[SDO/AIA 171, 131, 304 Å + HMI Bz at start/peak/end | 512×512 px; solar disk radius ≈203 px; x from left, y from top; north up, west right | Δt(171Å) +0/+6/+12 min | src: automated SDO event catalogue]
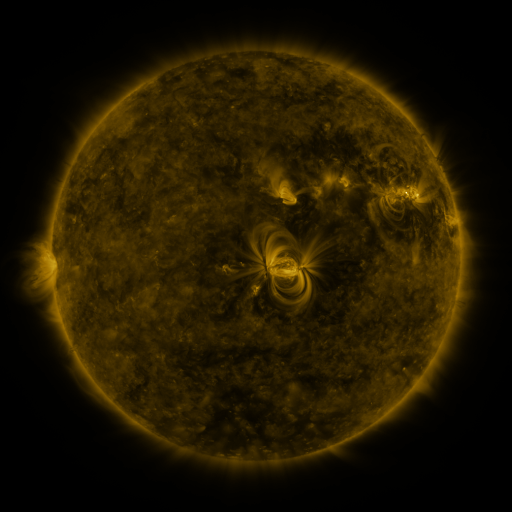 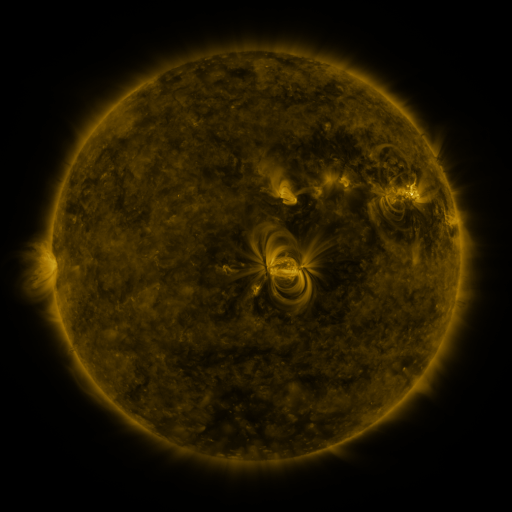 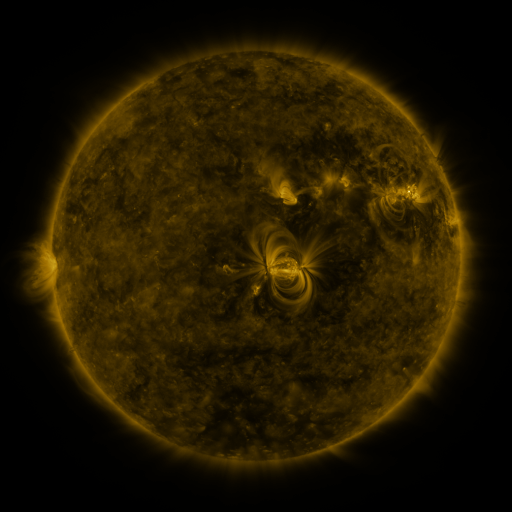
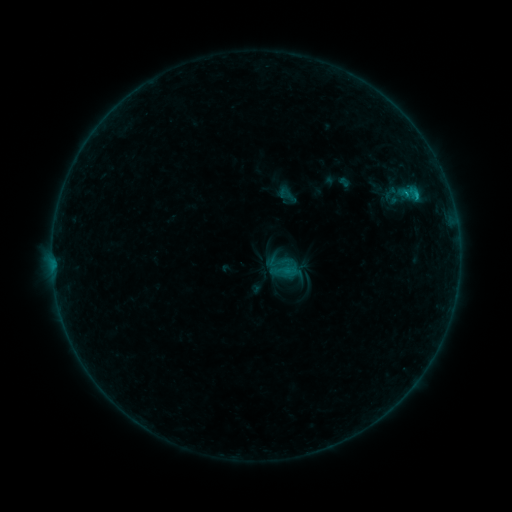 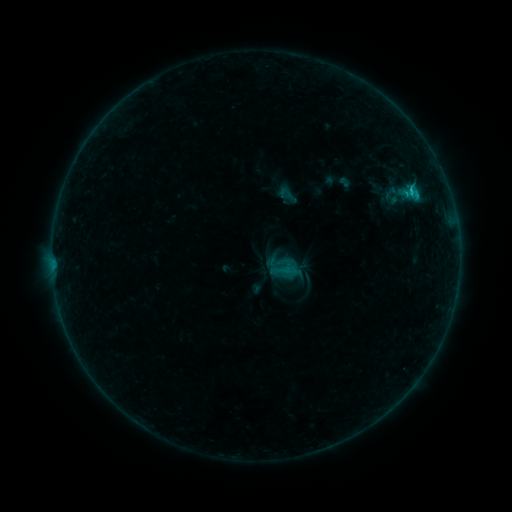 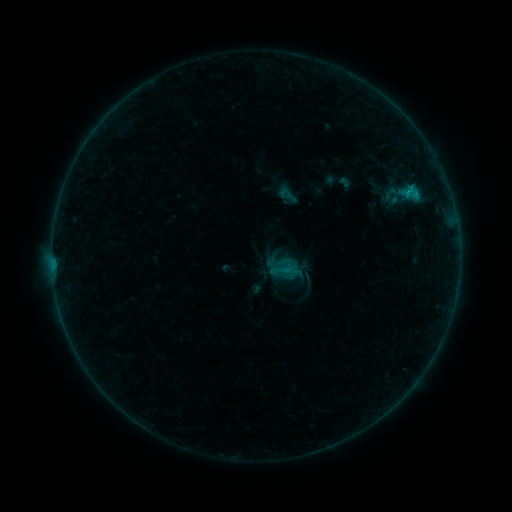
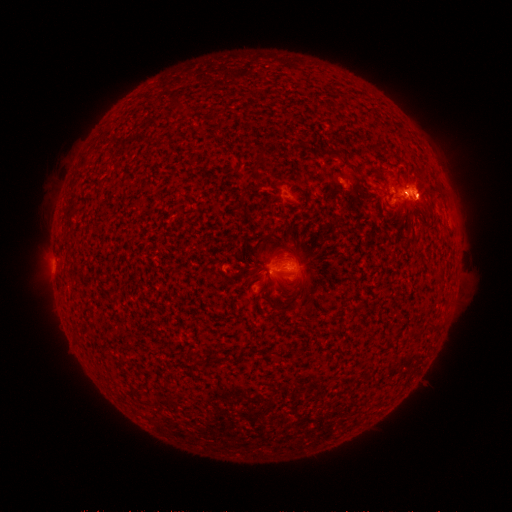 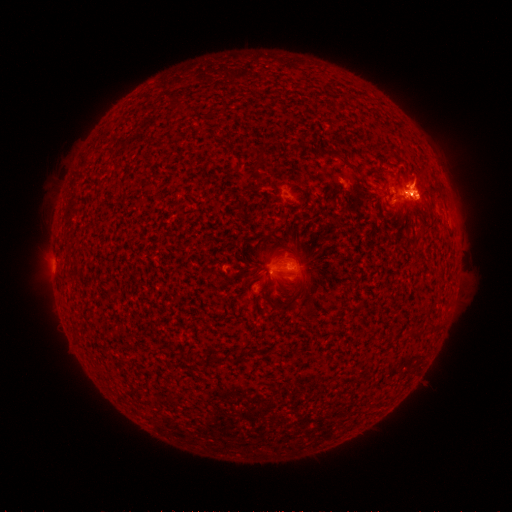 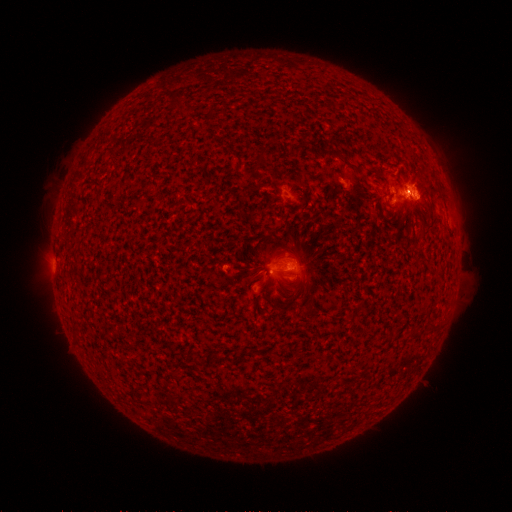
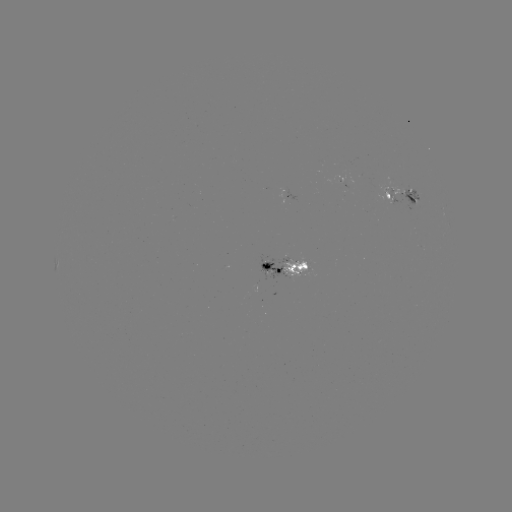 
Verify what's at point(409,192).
B7.4 flare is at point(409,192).